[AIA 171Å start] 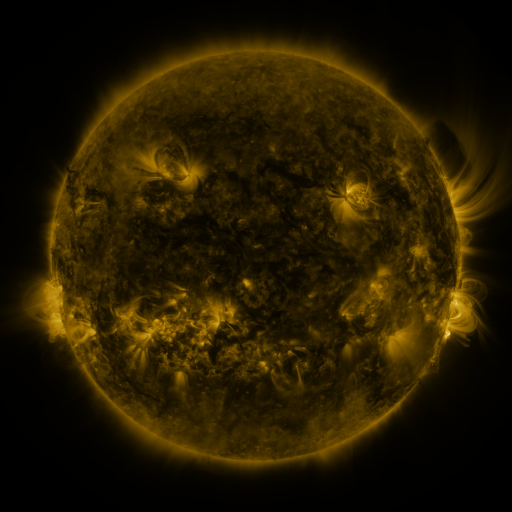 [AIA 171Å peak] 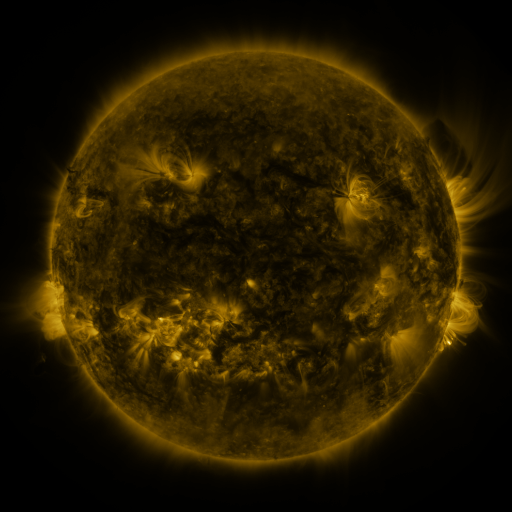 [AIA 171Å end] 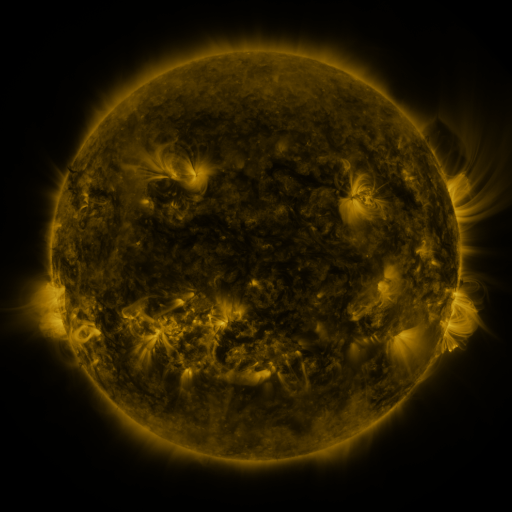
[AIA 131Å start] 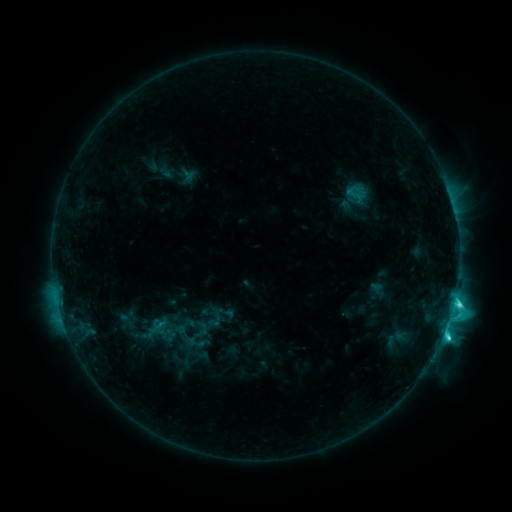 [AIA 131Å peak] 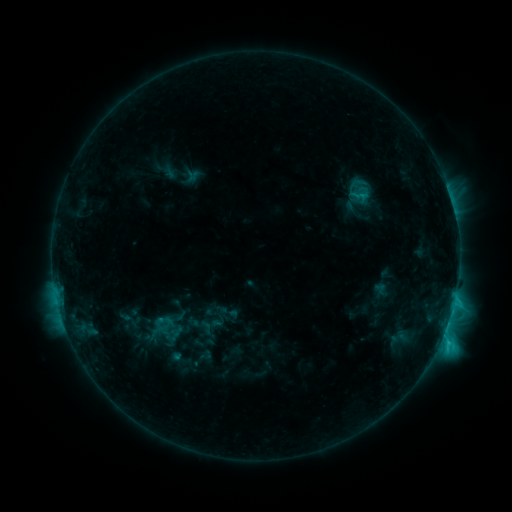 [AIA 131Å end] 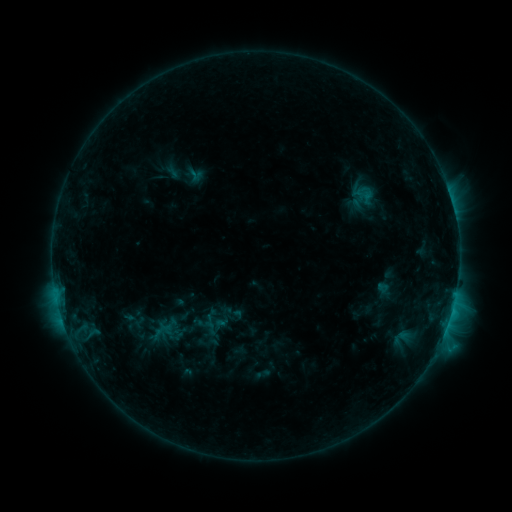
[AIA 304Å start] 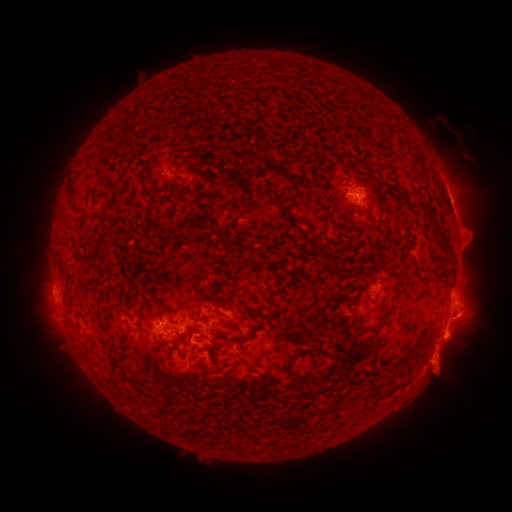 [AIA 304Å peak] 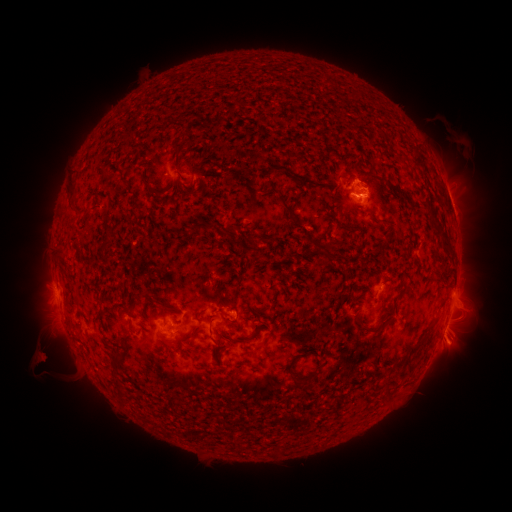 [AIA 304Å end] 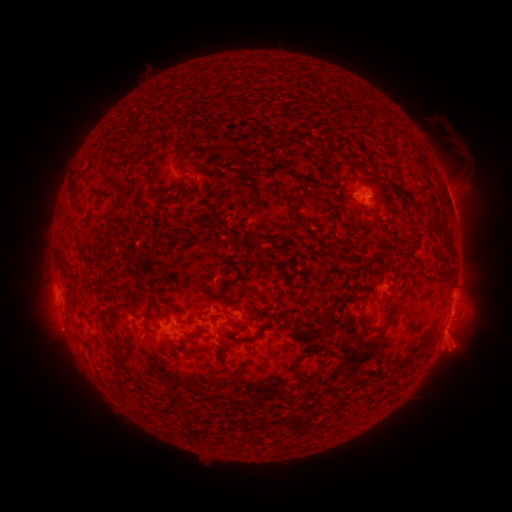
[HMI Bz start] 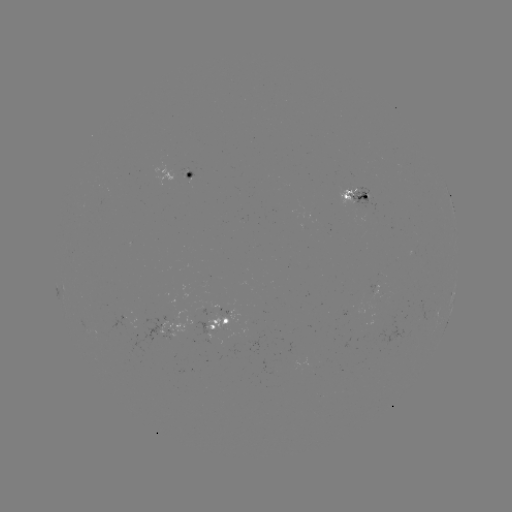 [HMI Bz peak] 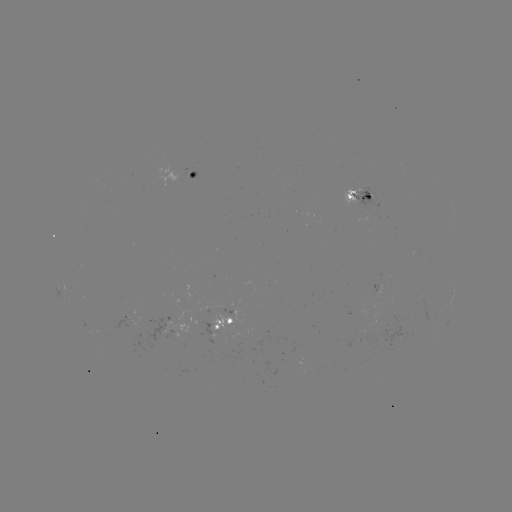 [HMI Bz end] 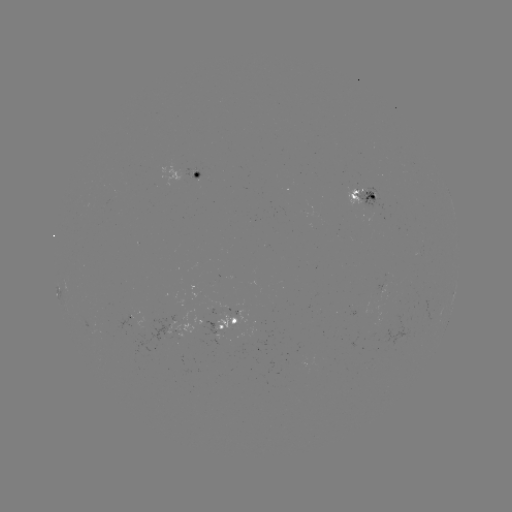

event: filament eruption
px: (59, 375)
